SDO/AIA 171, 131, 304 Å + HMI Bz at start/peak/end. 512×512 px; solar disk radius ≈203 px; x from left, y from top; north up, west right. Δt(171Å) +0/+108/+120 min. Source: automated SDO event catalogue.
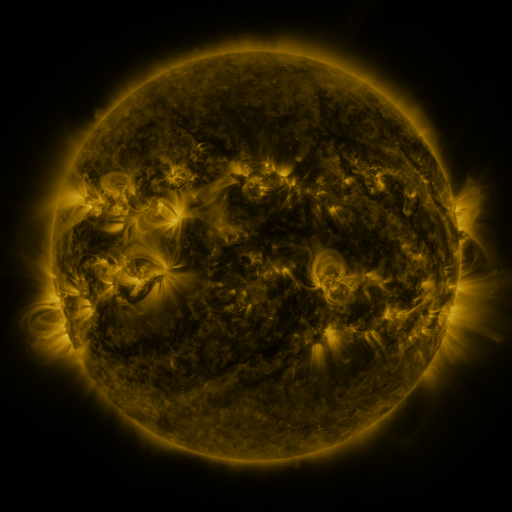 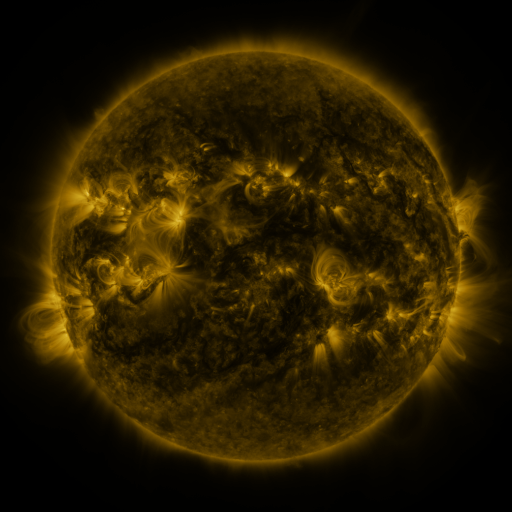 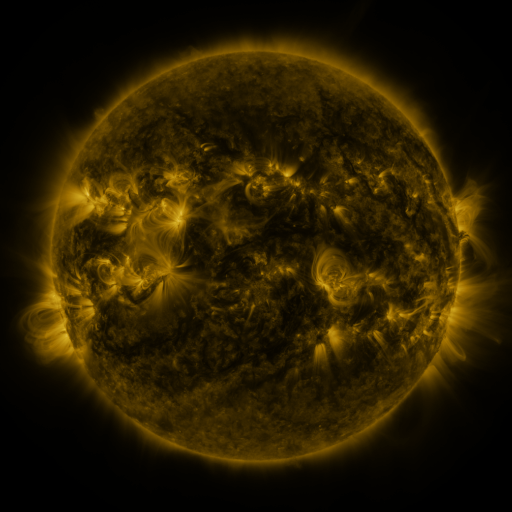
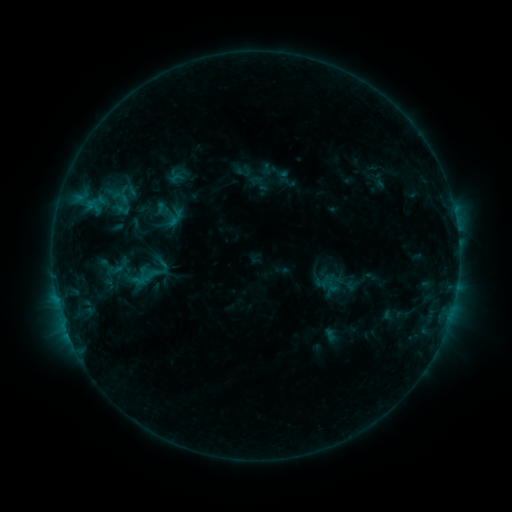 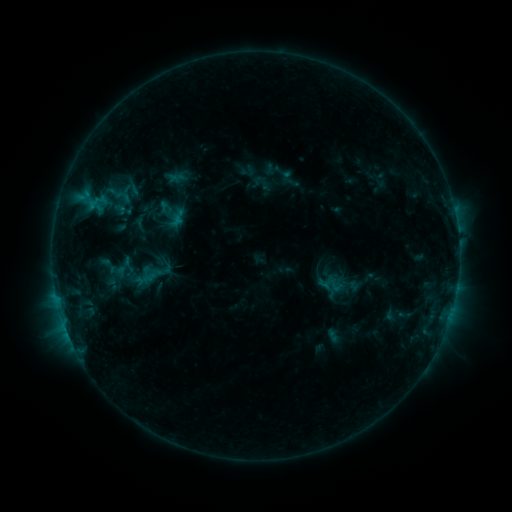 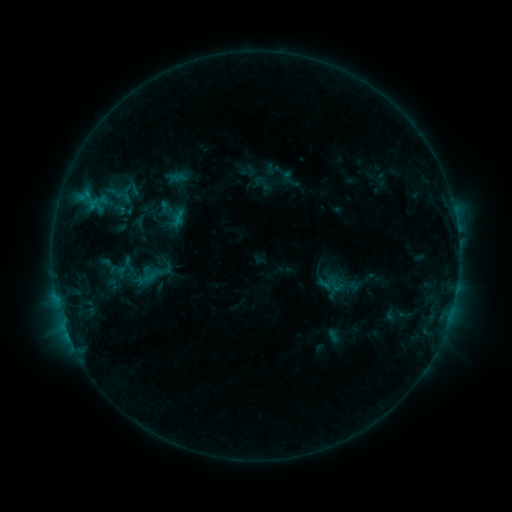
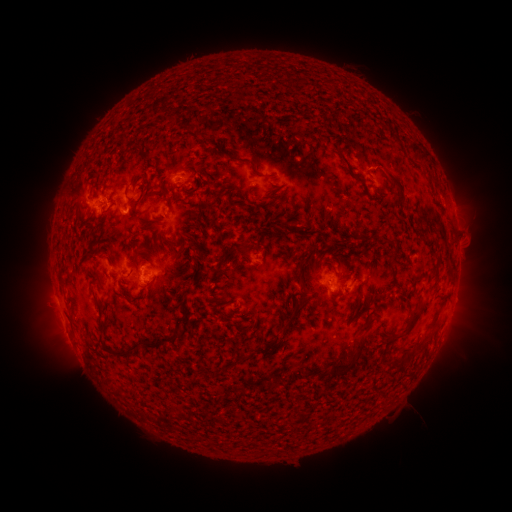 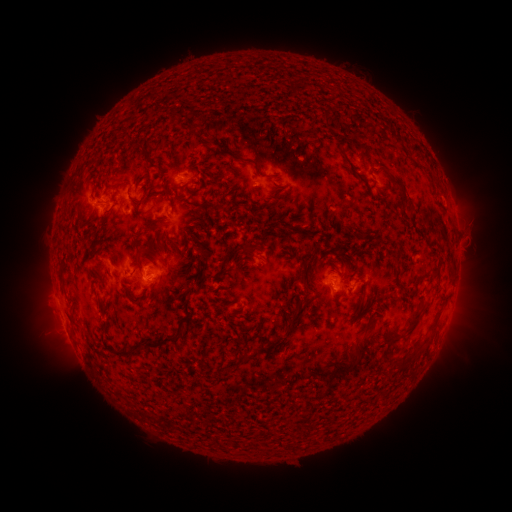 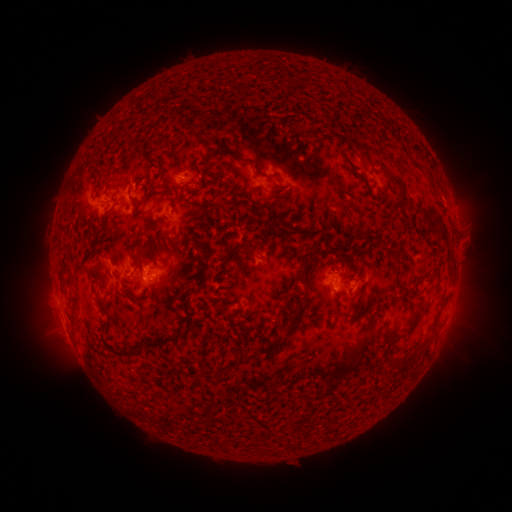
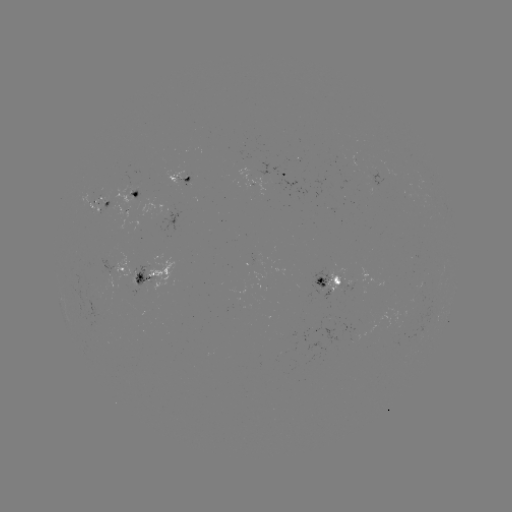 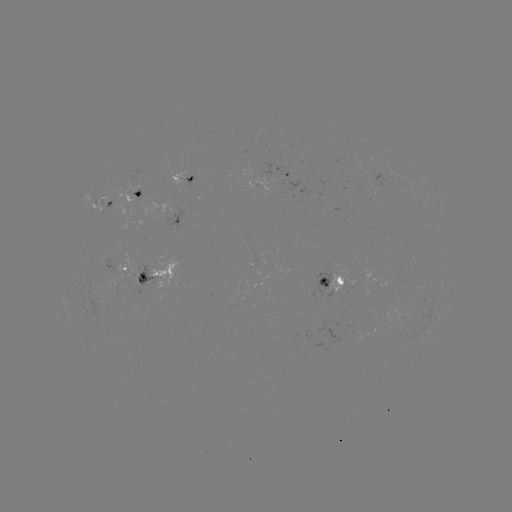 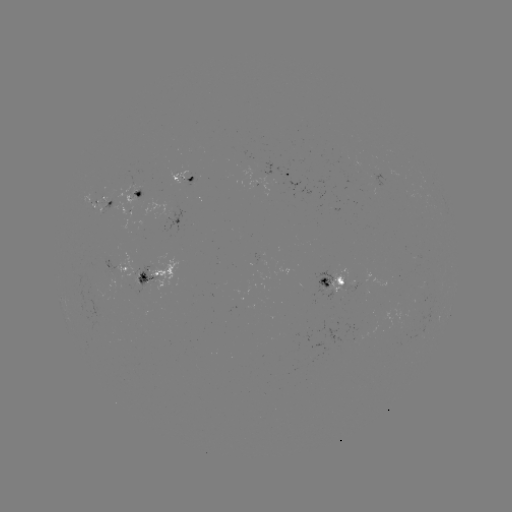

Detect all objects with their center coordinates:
emerging-flux region: (137, 274)
